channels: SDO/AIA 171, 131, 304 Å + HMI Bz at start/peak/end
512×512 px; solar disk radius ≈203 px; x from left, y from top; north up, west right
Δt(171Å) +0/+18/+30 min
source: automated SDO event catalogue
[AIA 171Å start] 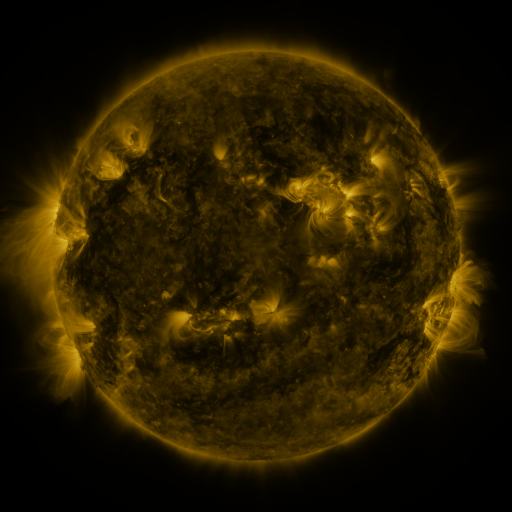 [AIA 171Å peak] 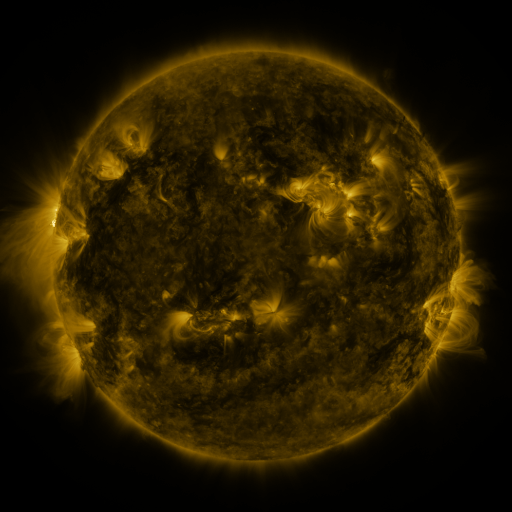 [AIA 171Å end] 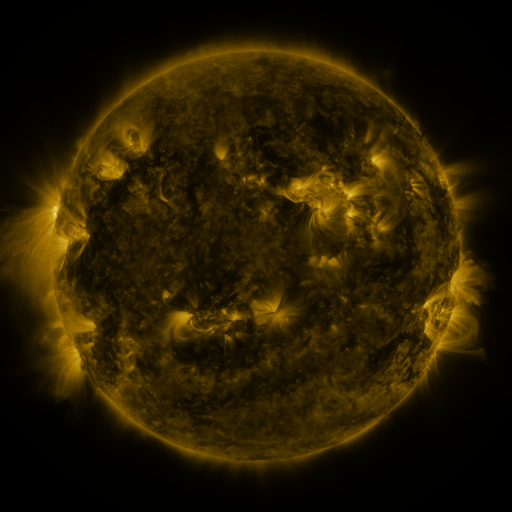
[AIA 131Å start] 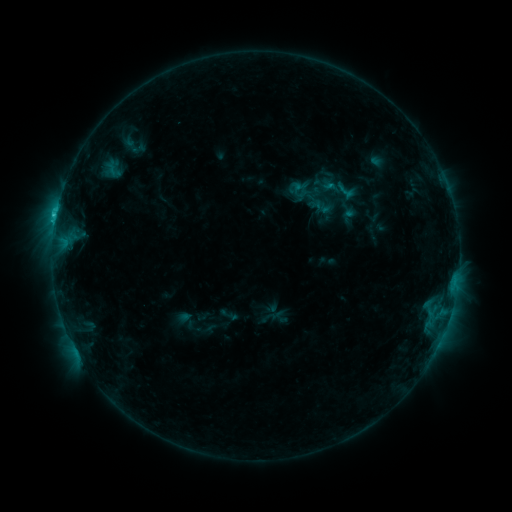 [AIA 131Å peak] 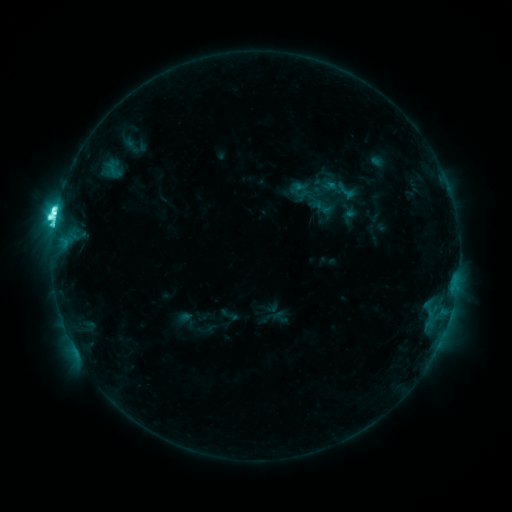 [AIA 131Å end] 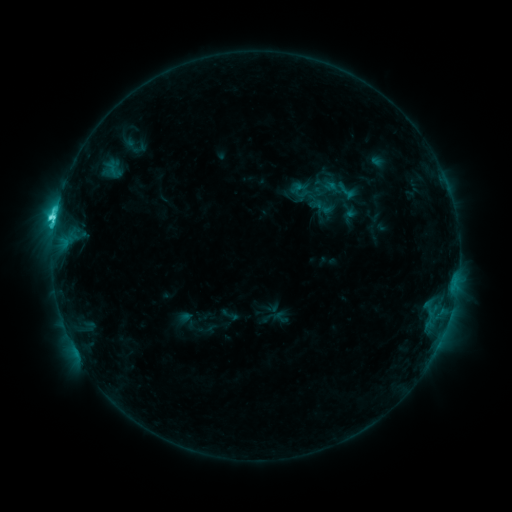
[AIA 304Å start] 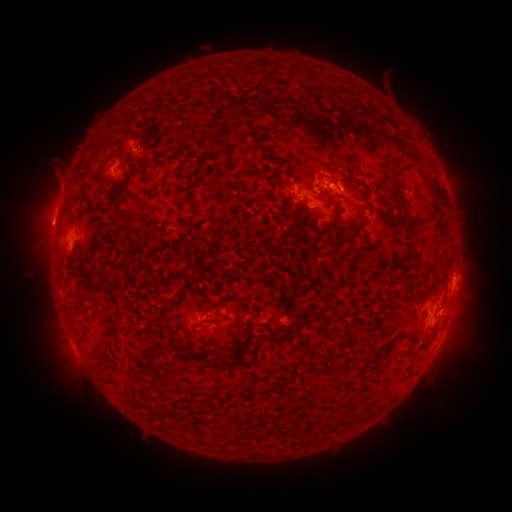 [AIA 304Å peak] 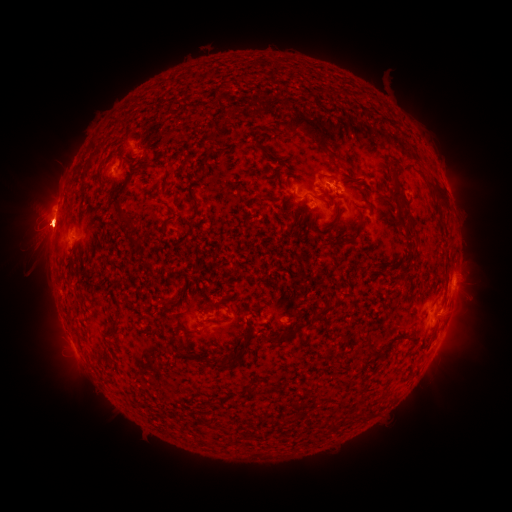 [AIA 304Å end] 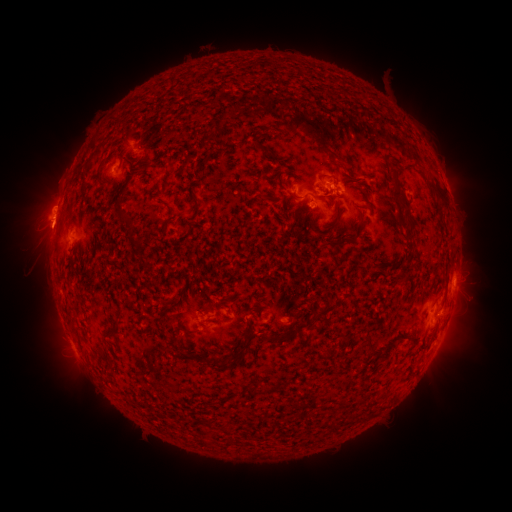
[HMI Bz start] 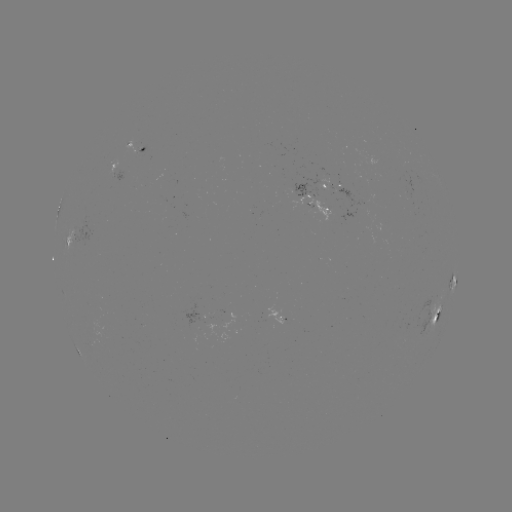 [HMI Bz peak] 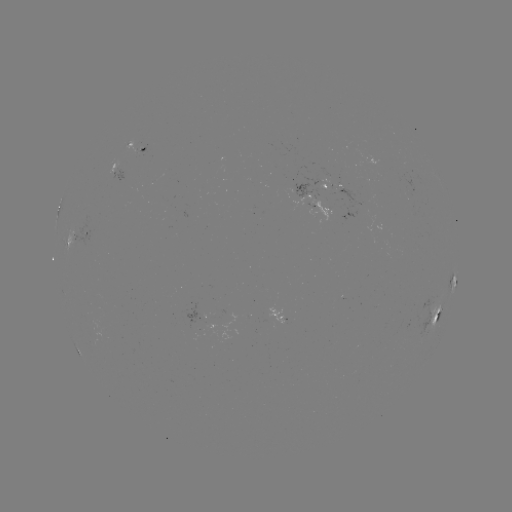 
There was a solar flare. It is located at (57, 213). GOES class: M1.3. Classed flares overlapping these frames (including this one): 1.